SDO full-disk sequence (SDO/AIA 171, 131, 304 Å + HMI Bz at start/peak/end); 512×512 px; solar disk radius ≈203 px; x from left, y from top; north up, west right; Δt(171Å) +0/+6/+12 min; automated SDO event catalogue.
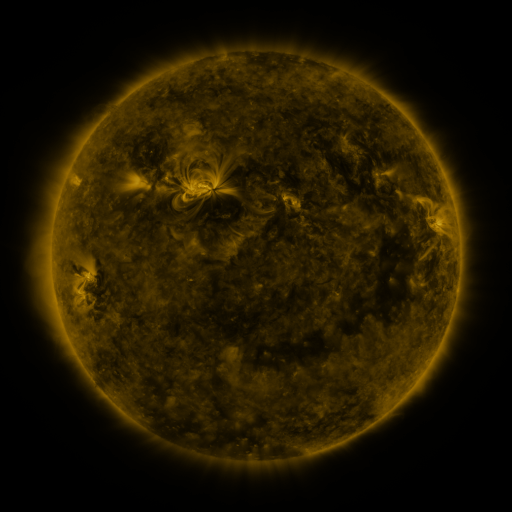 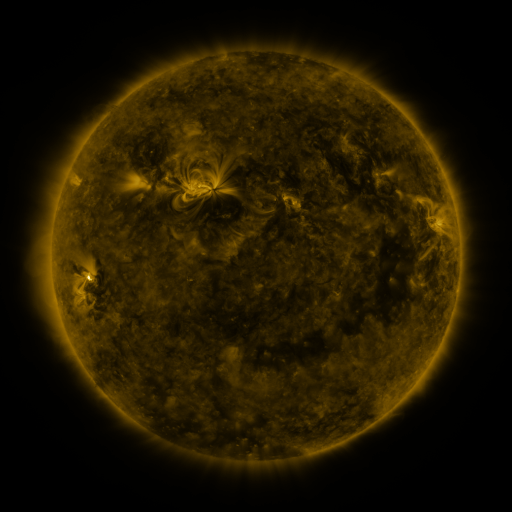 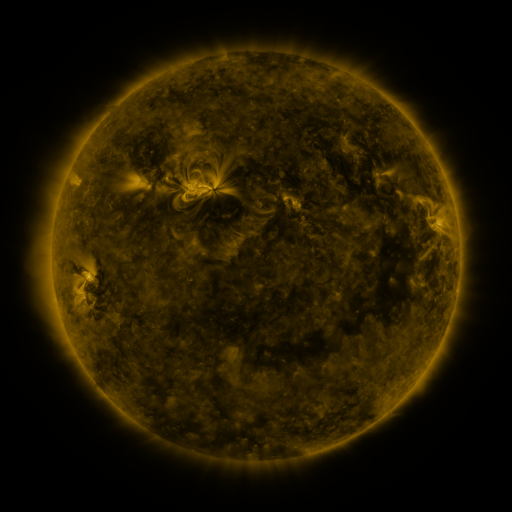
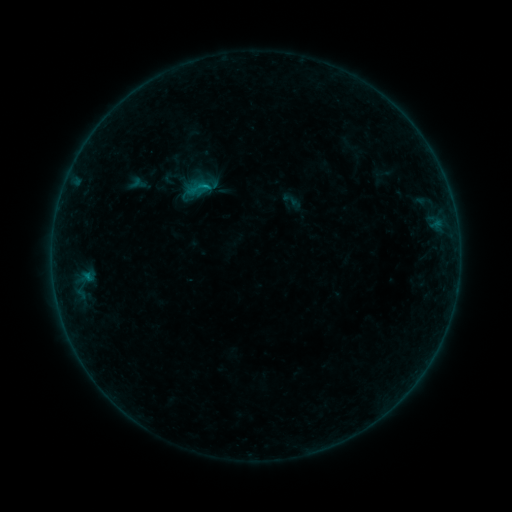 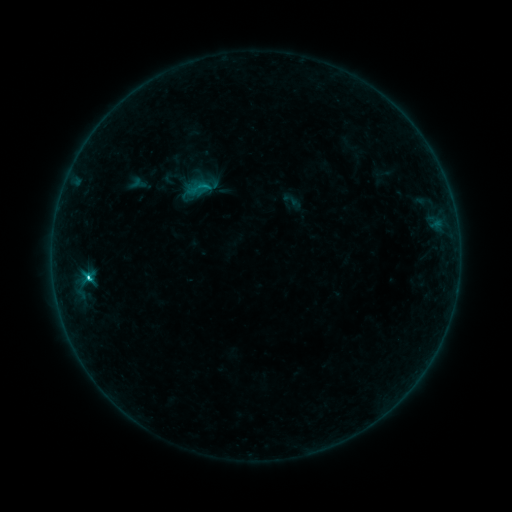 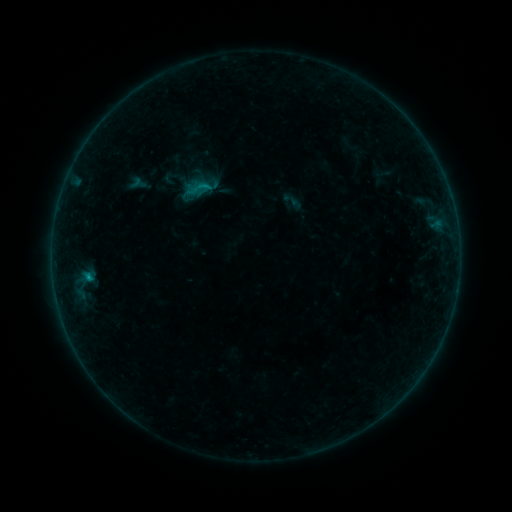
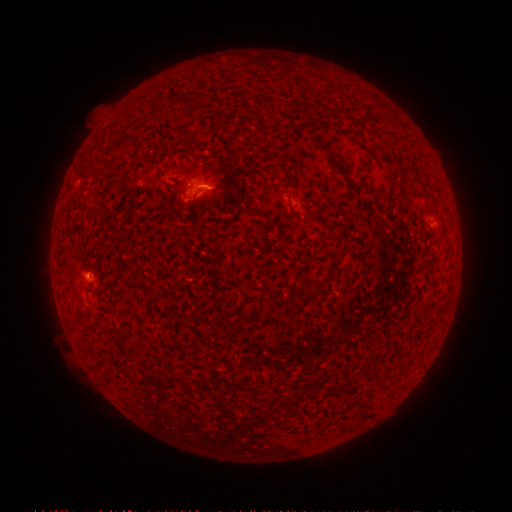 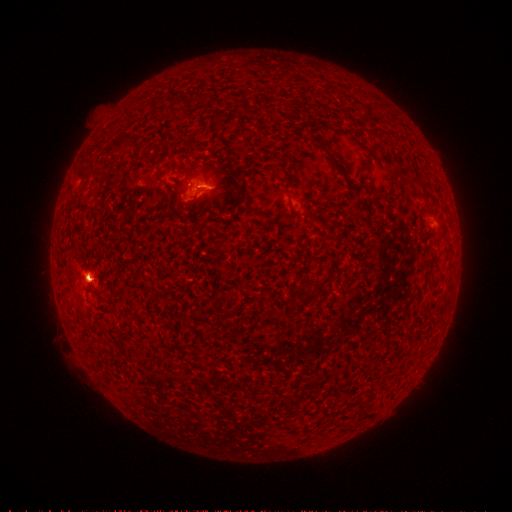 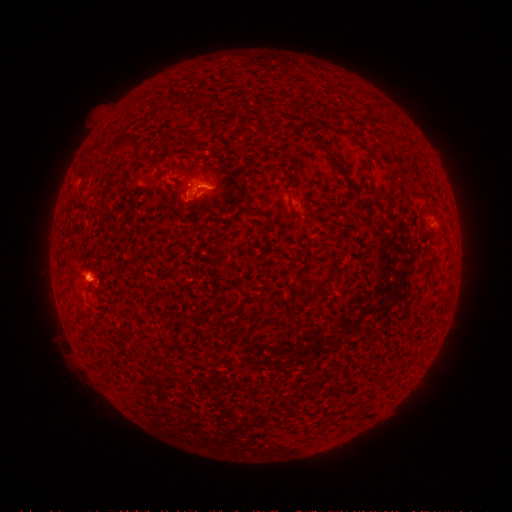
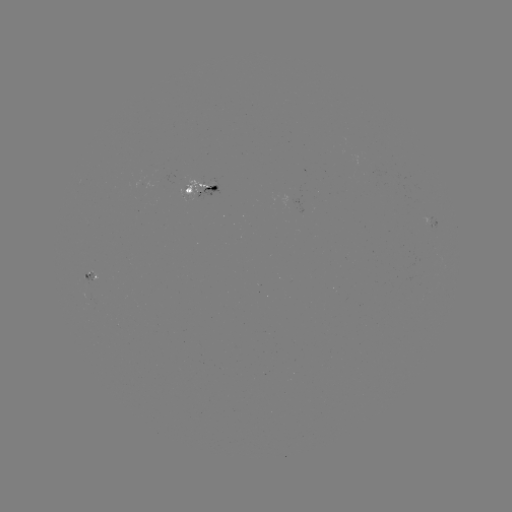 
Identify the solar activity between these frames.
C3.1 flare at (89, 277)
